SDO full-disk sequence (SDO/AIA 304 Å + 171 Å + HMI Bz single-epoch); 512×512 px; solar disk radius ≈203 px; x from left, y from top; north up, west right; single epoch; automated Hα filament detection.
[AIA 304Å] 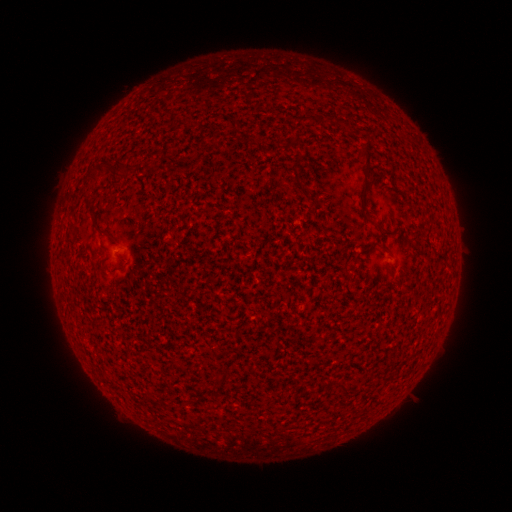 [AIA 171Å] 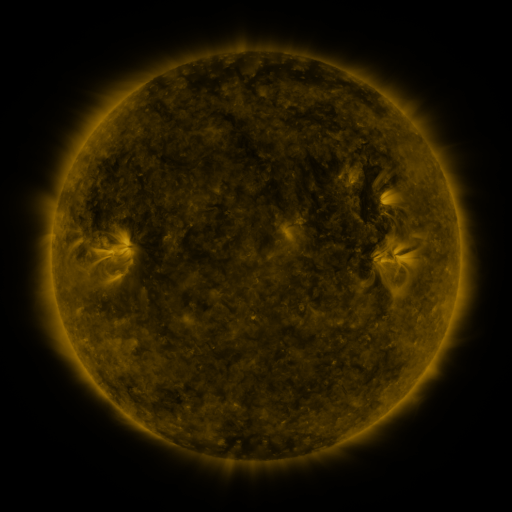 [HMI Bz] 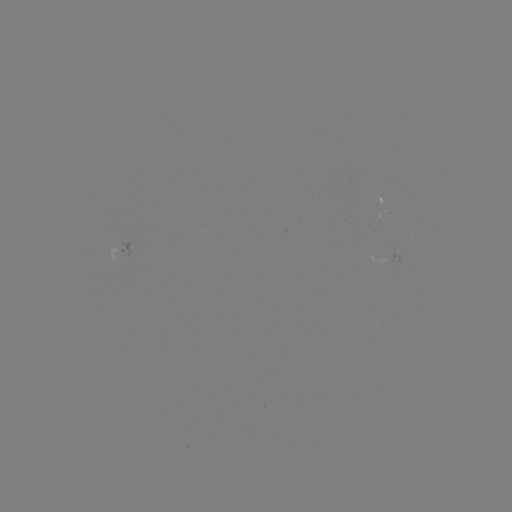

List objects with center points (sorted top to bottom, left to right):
filament: (366, 156)
filament: (100, 170)
filament: (91, 177)
filament: (362, 197)
filament: (92, 212)
filament: (101, 233)
filament: (385, 247)
filament: (326, 383)
filament: (344, 385)
